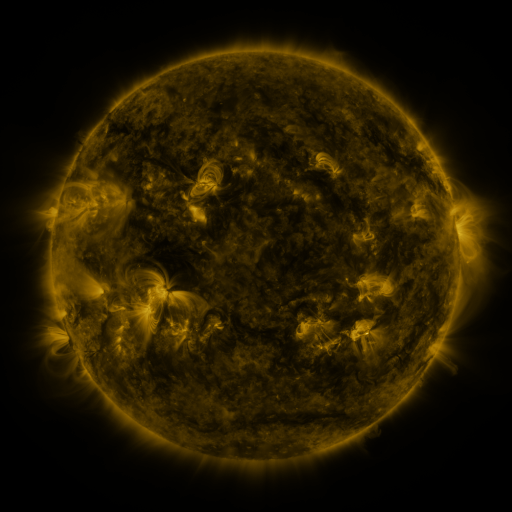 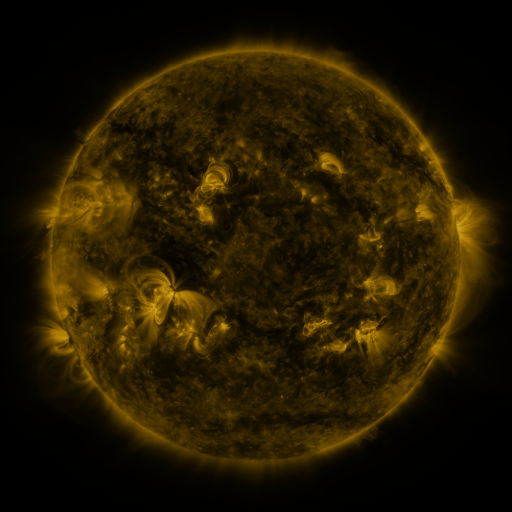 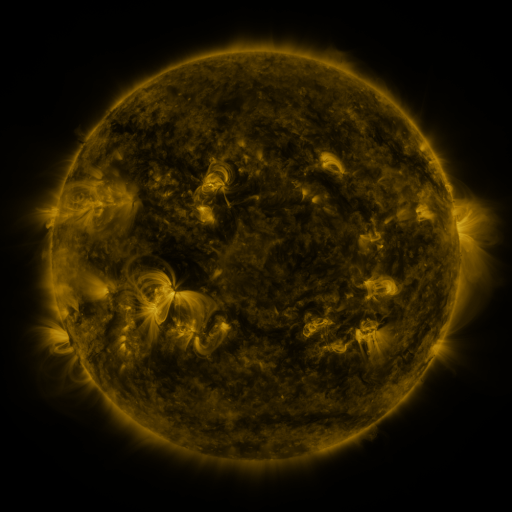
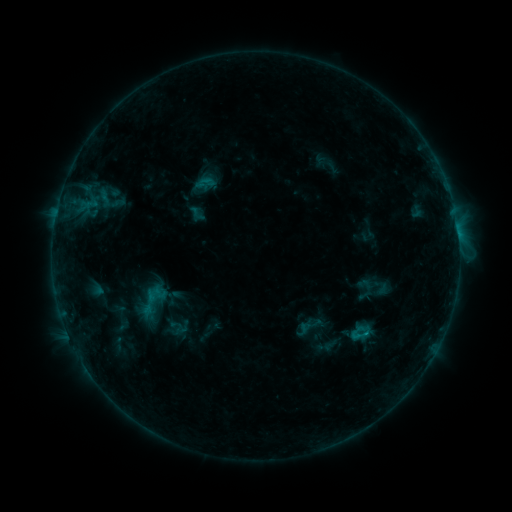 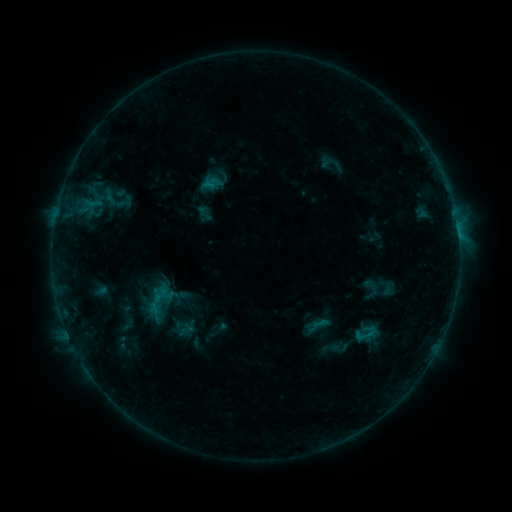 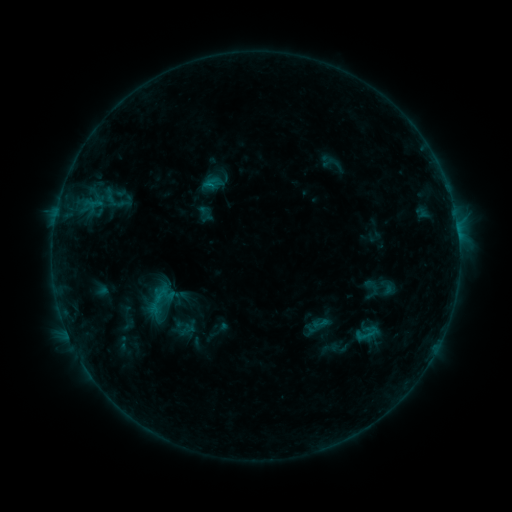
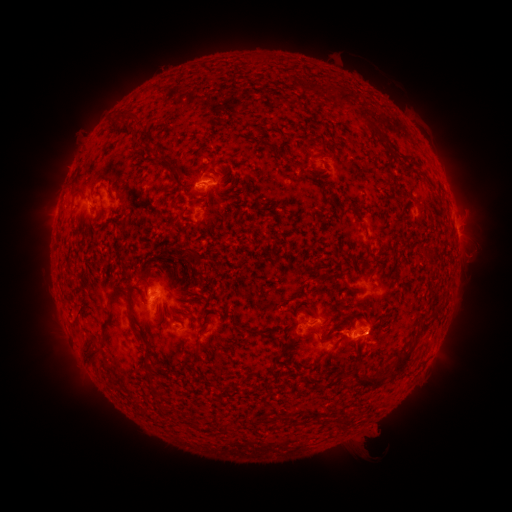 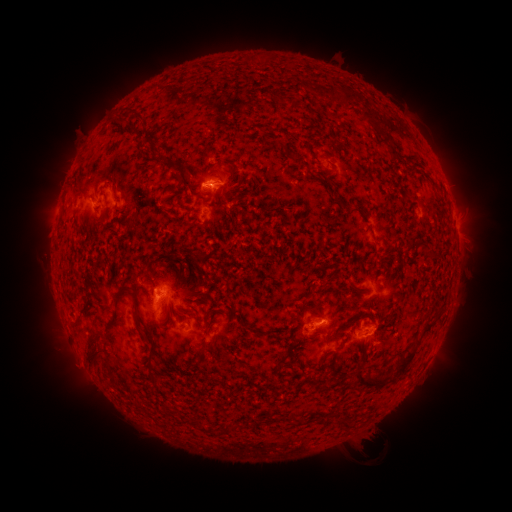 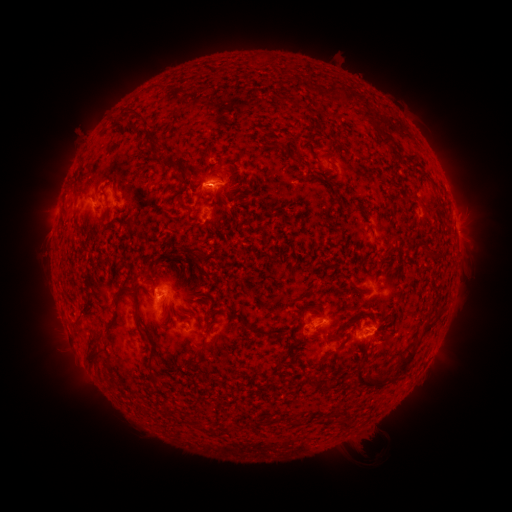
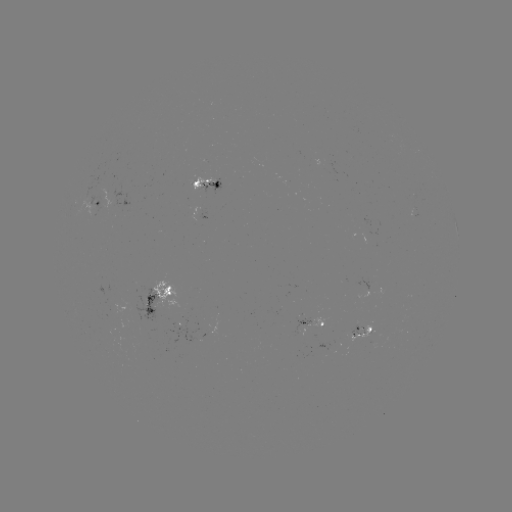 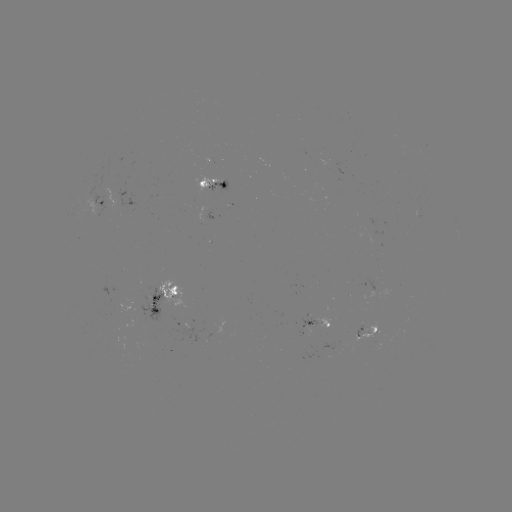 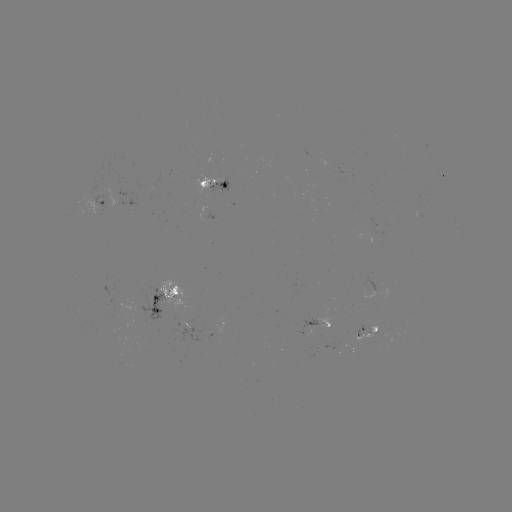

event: emerging-flux region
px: (306, 320)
